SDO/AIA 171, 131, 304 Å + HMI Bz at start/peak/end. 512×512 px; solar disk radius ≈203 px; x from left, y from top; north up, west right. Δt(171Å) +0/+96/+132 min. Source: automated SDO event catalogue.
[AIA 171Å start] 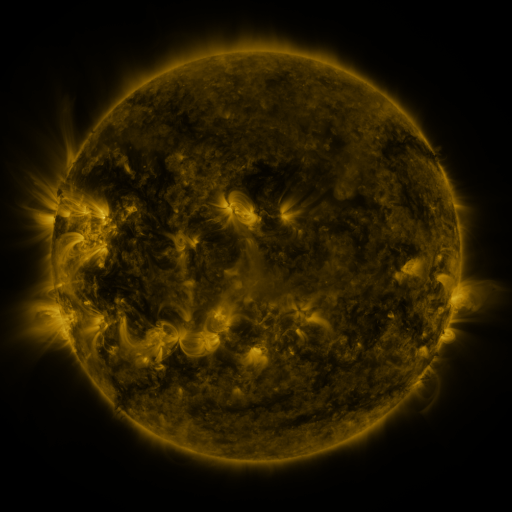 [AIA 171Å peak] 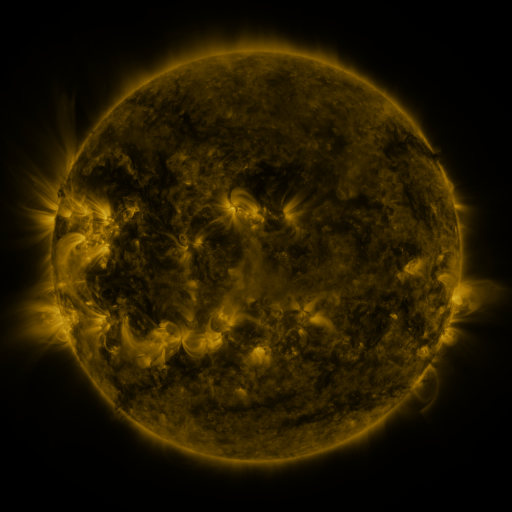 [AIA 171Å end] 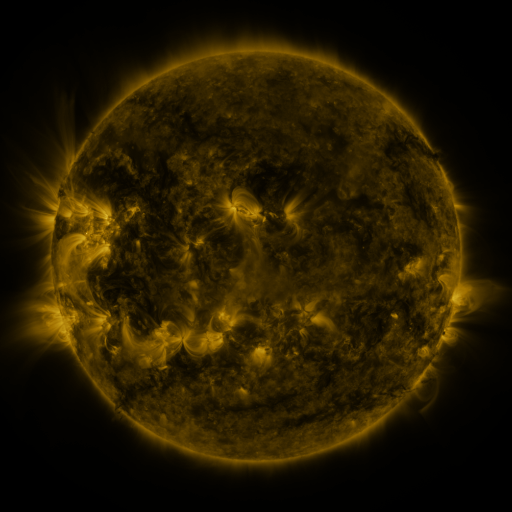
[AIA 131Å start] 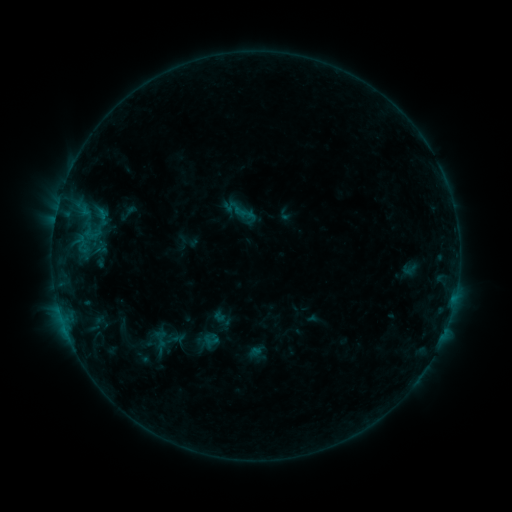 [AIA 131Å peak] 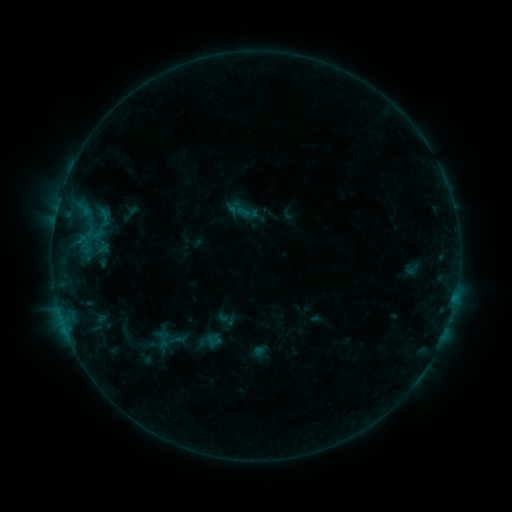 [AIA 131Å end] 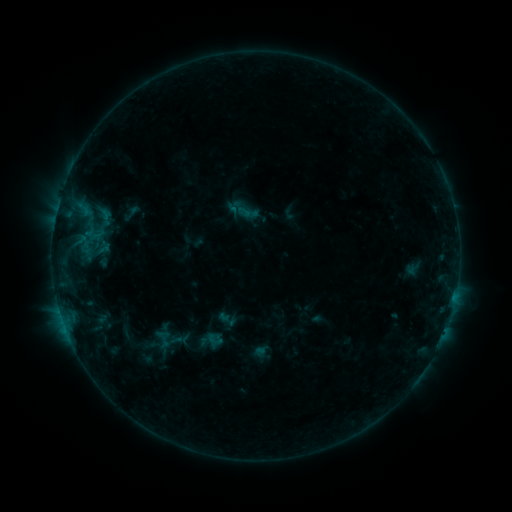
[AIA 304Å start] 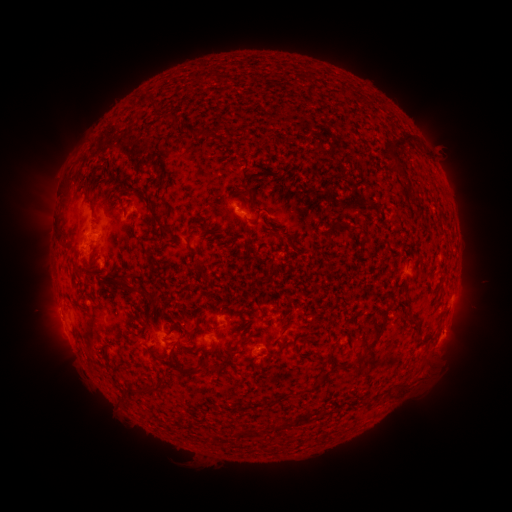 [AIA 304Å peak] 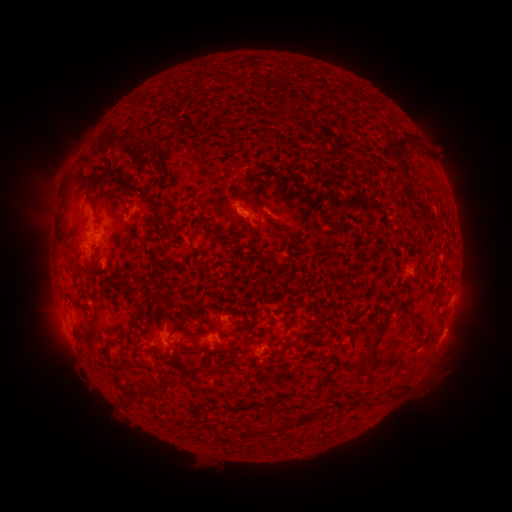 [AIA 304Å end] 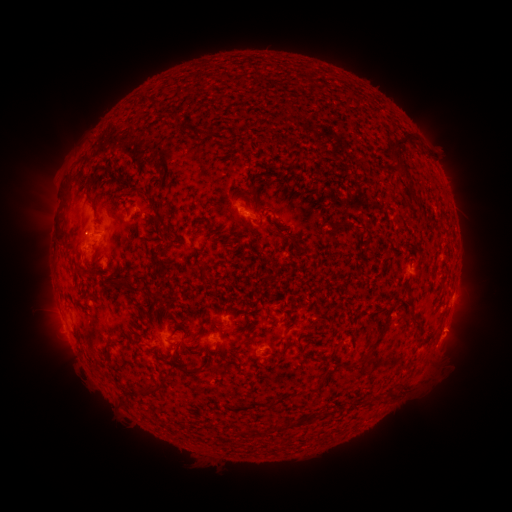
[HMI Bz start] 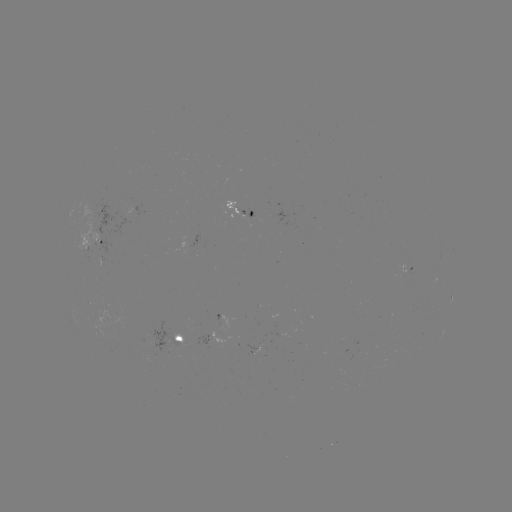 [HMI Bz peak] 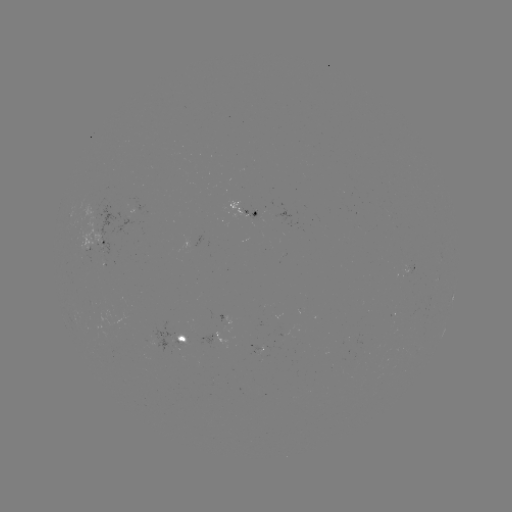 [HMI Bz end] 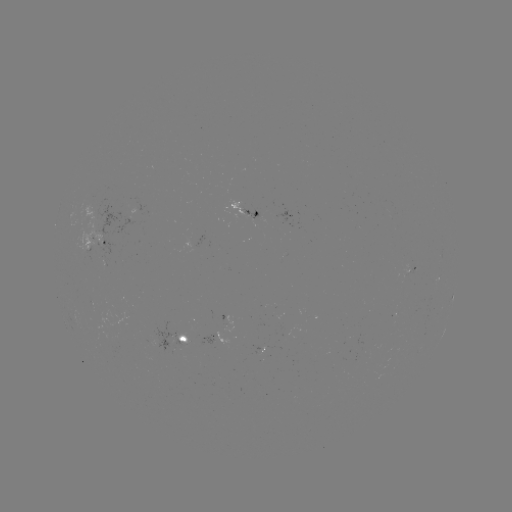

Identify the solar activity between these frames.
emerging-flux region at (89, 240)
